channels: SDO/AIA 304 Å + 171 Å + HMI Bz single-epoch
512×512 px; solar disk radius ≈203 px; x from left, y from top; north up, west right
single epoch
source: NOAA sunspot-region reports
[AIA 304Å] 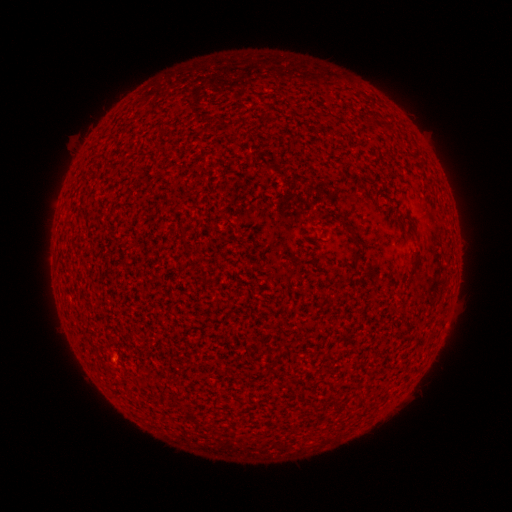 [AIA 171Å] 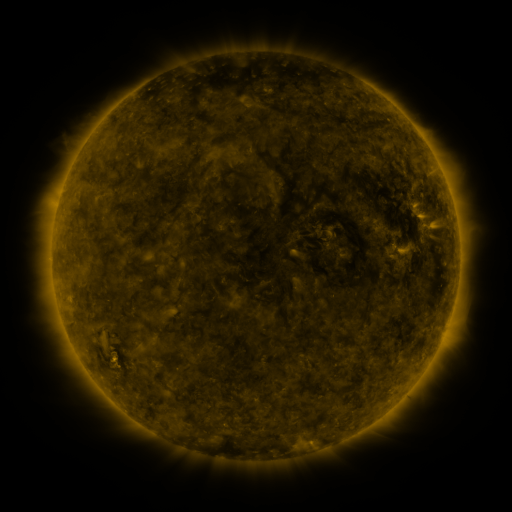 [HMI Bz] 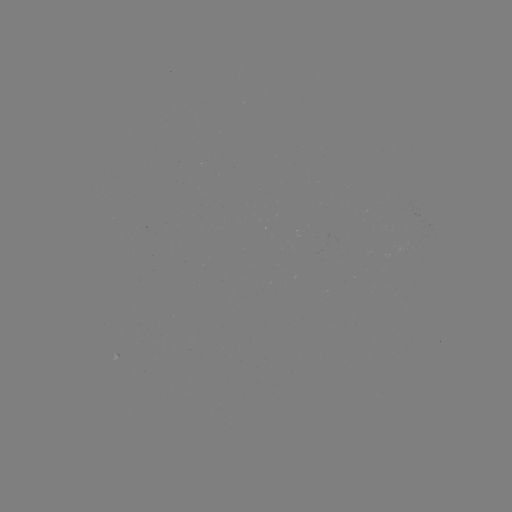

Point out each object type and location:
(none)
